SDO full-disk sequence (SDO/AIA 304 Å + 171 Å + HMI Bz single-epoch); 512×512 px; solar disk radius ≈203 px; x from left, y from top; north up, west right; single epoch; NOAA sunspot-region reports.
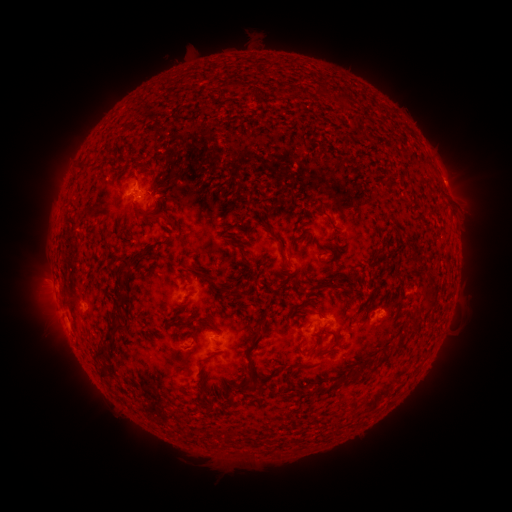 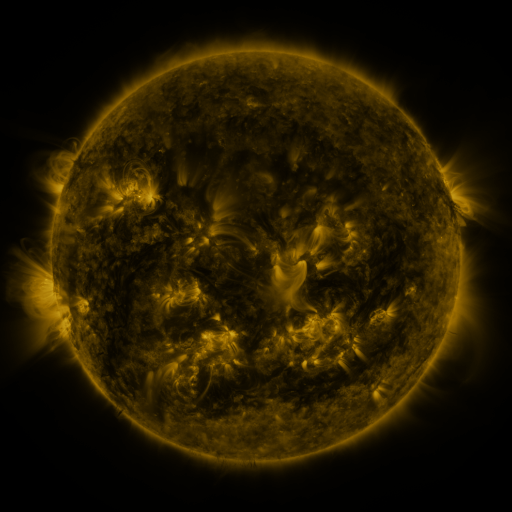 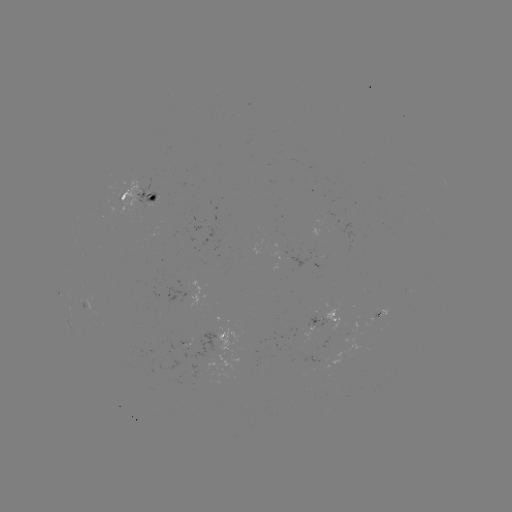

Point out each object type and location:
spotted active region: (141, 195)
spotted active region: (380, 317)
spotted active region: (326, 320)
spotted active region: (219, 337)
